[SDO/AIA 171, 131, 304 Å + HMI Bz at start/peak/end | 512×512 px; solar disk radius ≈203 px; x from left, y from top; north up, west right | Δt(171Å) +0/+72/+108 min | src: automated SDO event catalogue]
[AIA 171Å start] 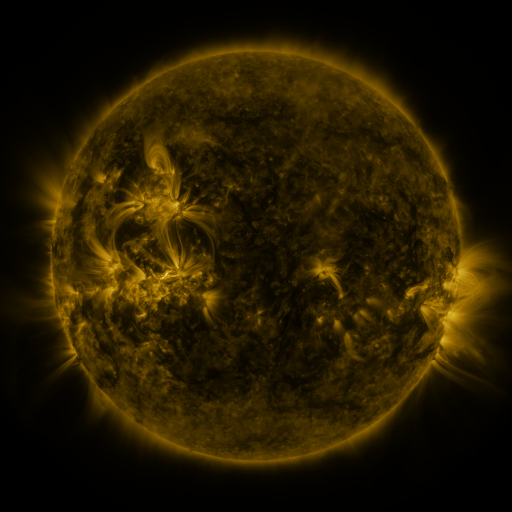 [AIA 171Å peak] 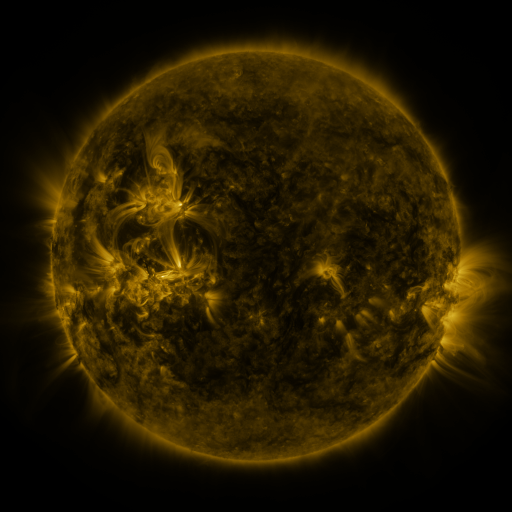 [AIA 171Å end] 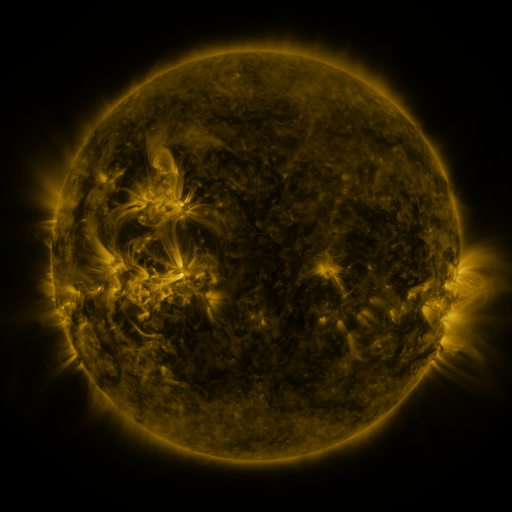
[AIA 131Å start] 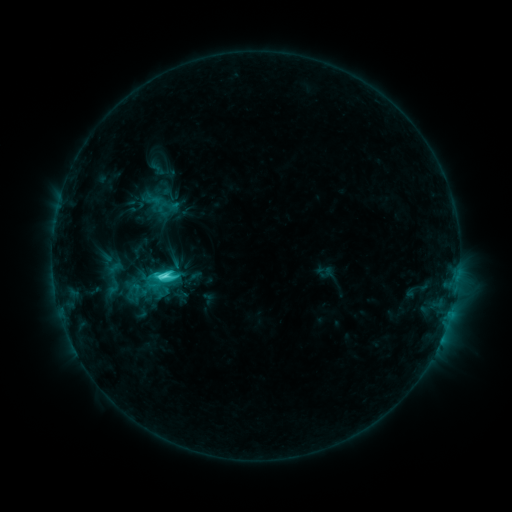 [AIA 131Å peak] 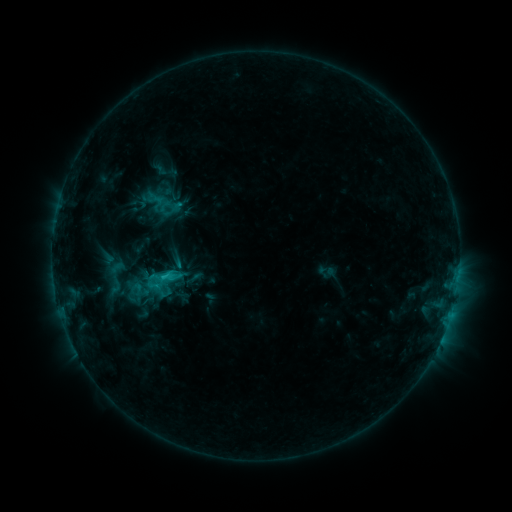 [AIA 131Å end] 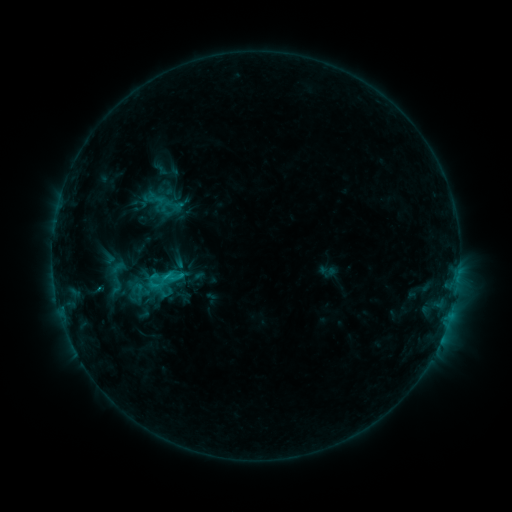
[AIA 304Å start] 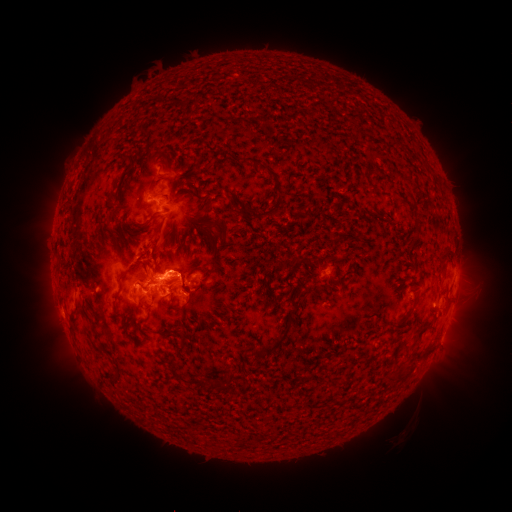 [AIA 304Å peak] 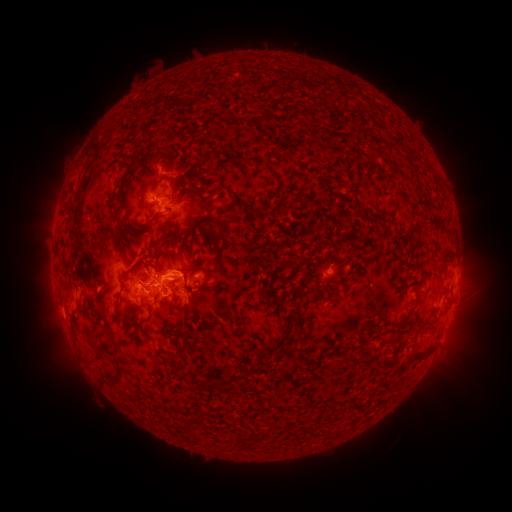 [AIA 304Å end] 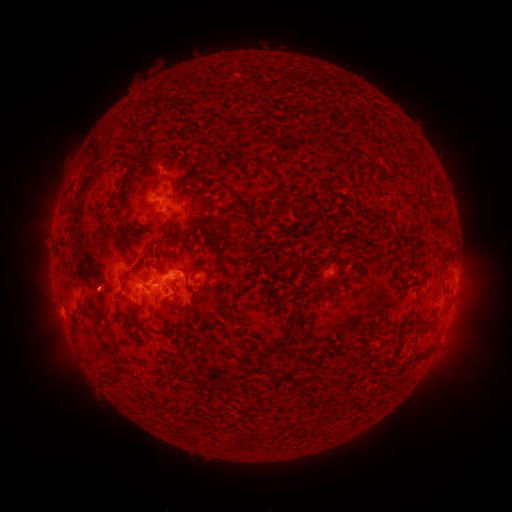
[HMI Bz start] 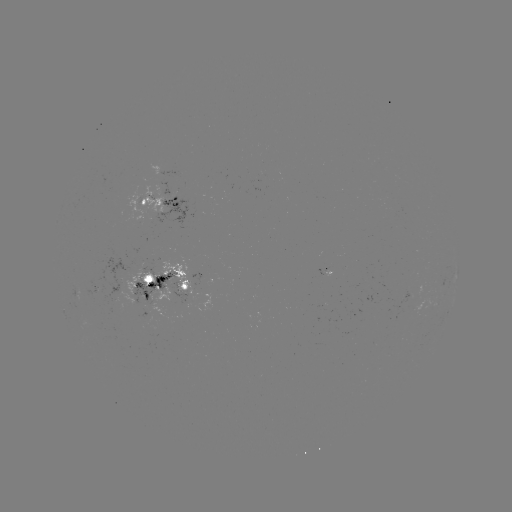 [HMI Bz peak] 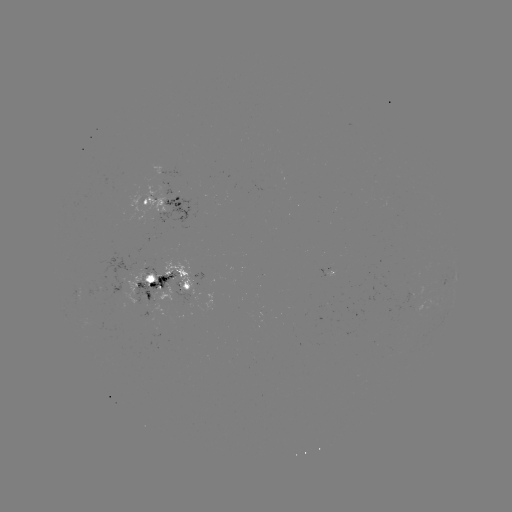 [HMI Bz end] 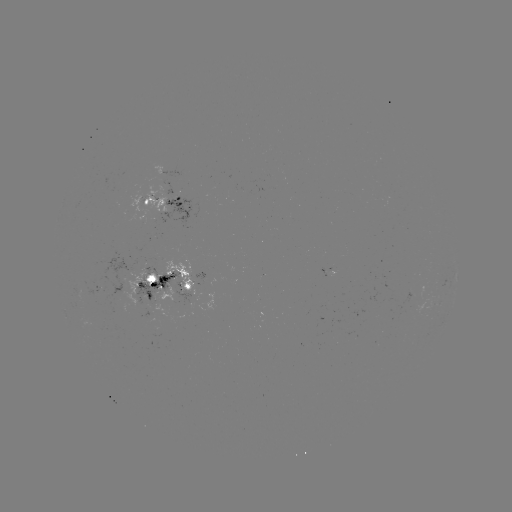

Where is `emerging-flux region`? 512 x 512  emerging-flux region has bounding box [161, 182, 172, 200].